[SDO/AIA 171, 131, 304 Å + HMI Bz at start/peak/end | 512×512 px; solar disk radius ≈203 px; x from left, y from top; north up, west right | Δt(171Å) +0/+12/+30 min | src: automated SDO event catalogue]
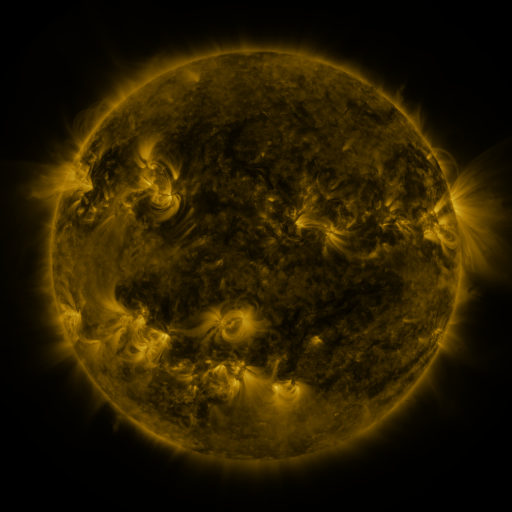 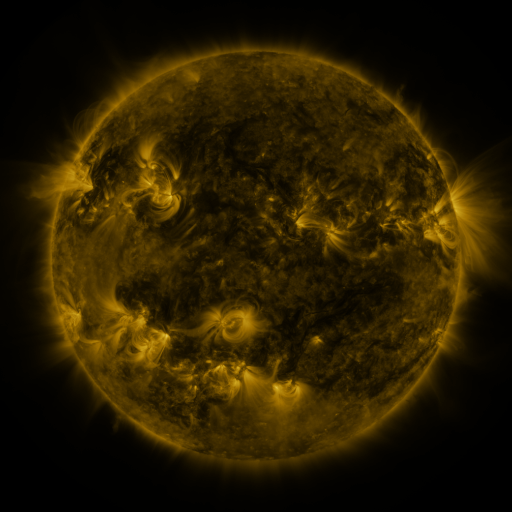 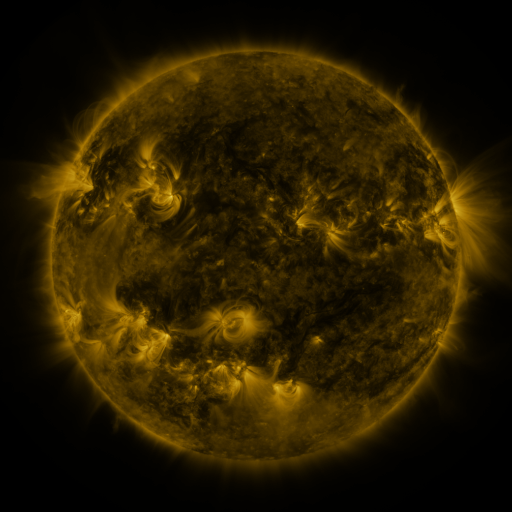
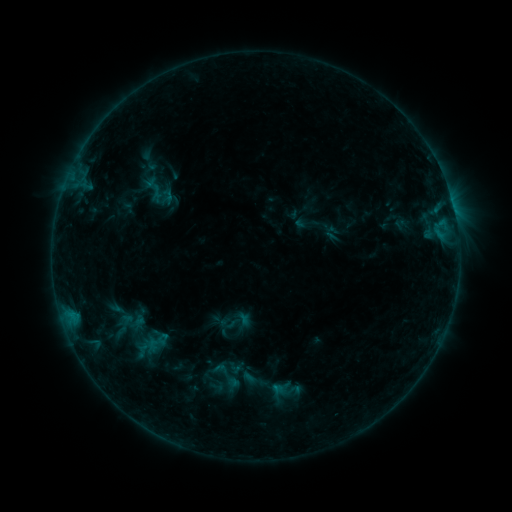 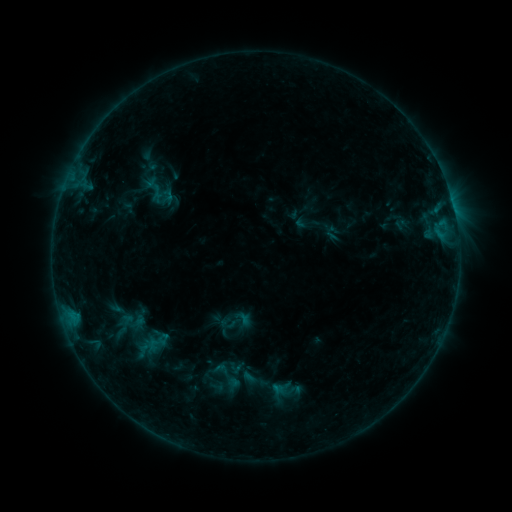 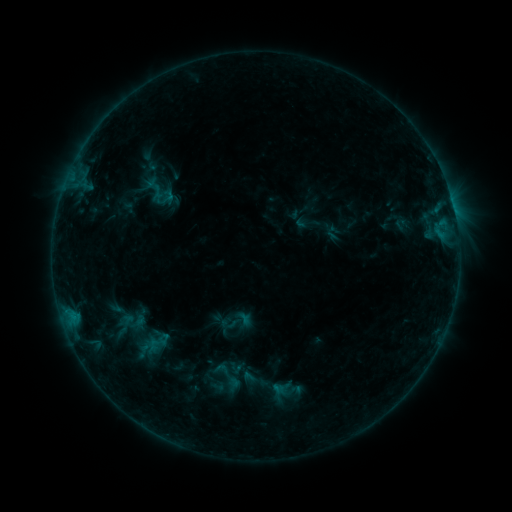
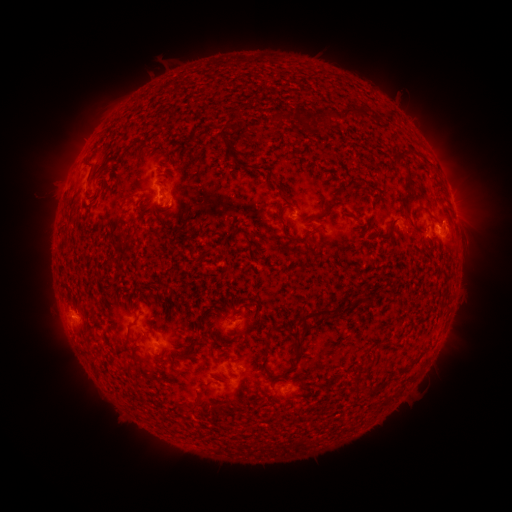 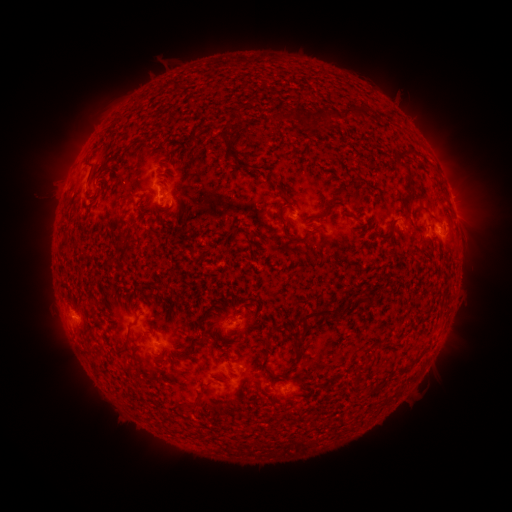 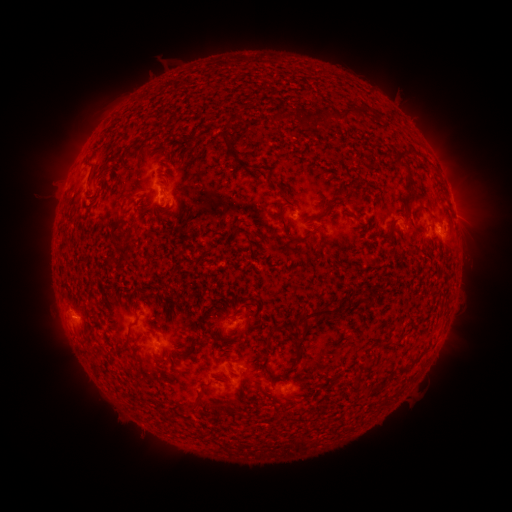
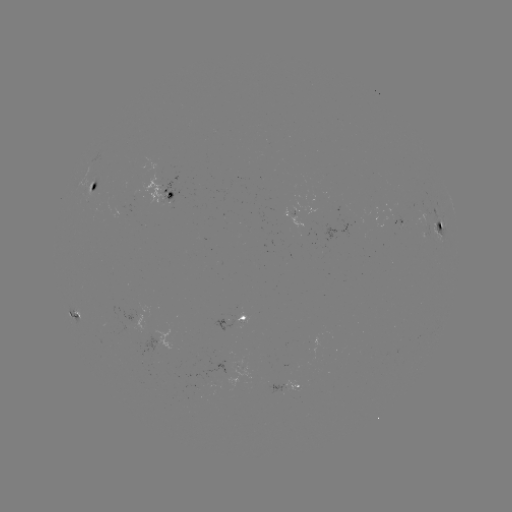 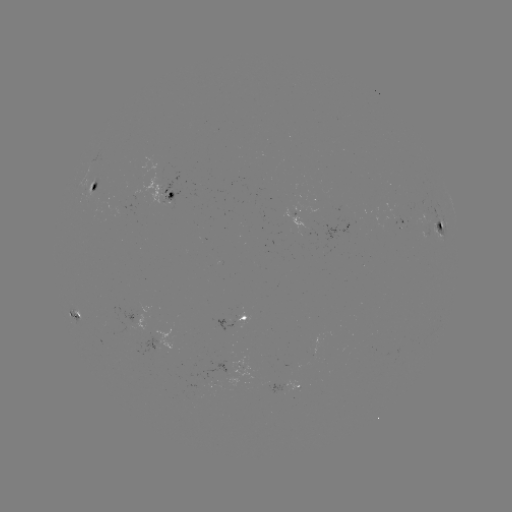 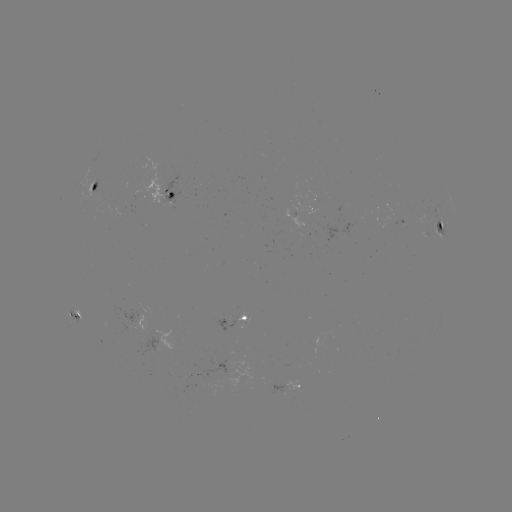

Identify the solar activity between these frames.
no catalogued flare and no flagged EUV brightening in this window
